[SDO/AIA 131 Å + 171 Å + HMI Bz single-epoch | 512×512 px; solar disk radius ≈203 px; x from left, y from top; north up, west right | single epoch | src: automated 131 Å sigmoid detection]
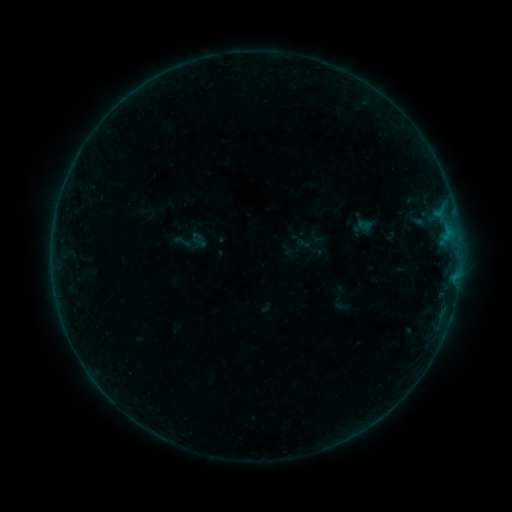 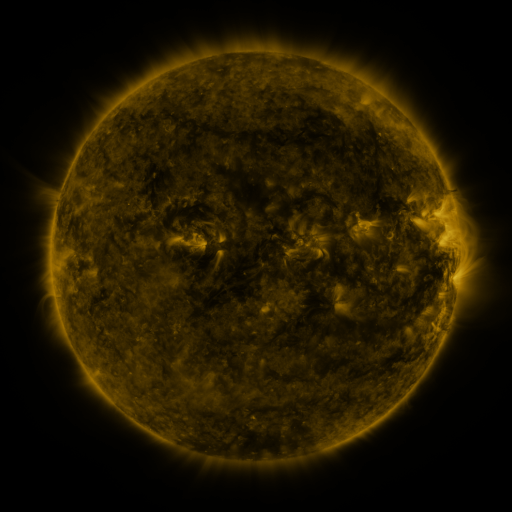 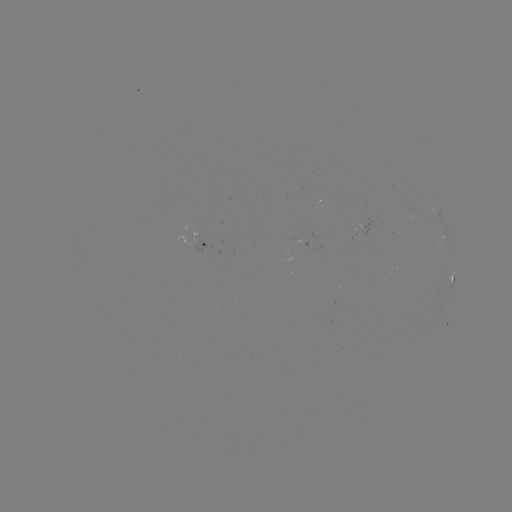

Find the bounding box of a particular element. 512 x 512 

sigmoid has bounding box [174, 232, 193, 251].